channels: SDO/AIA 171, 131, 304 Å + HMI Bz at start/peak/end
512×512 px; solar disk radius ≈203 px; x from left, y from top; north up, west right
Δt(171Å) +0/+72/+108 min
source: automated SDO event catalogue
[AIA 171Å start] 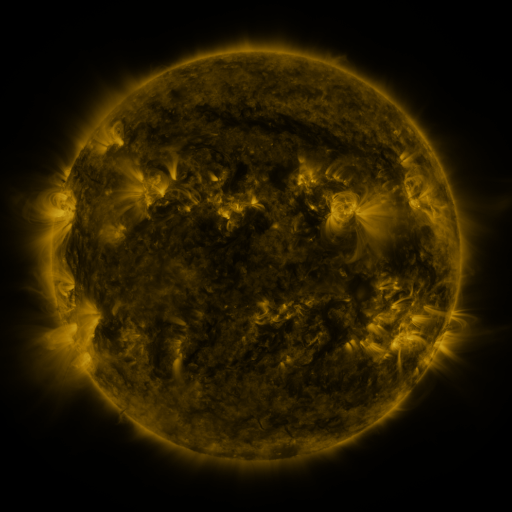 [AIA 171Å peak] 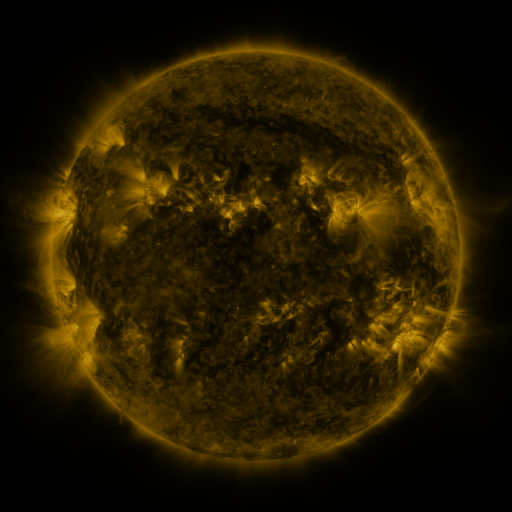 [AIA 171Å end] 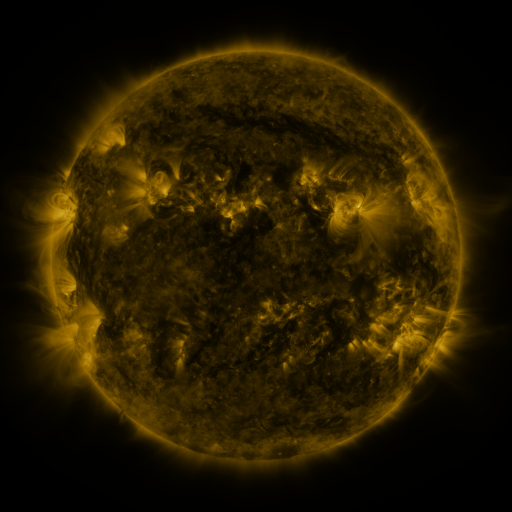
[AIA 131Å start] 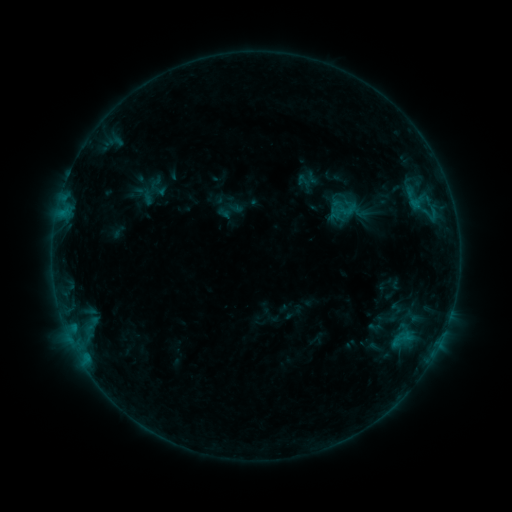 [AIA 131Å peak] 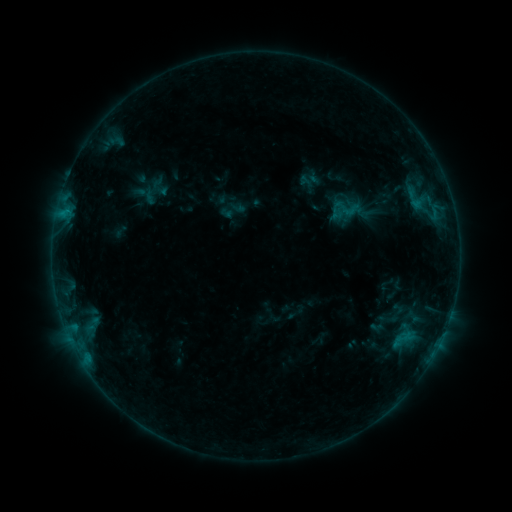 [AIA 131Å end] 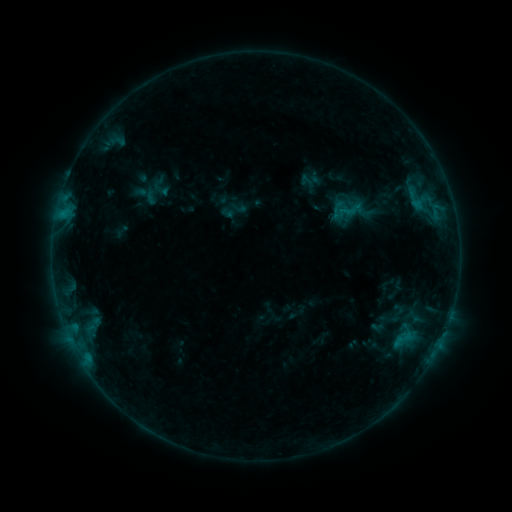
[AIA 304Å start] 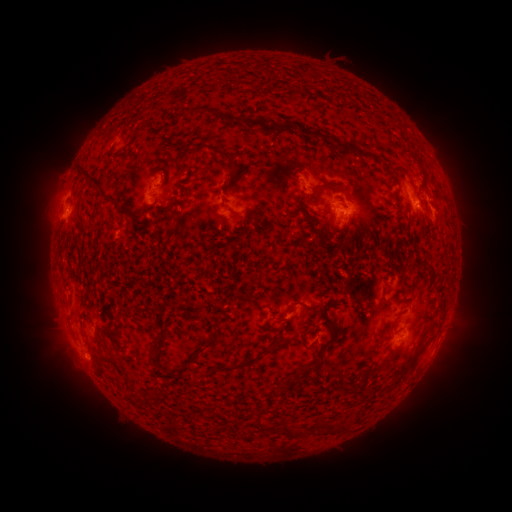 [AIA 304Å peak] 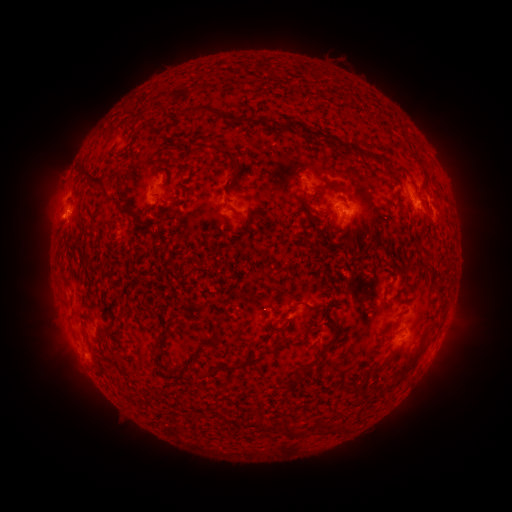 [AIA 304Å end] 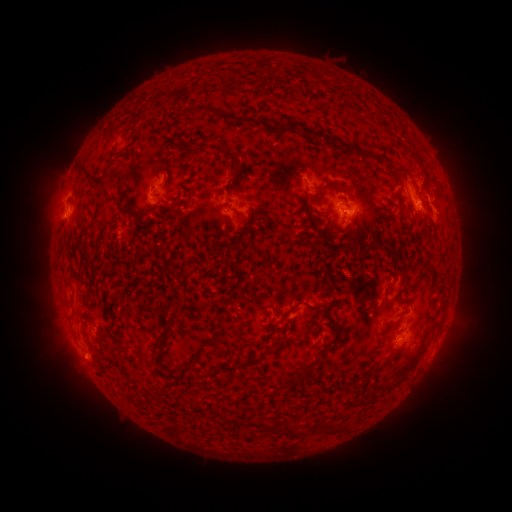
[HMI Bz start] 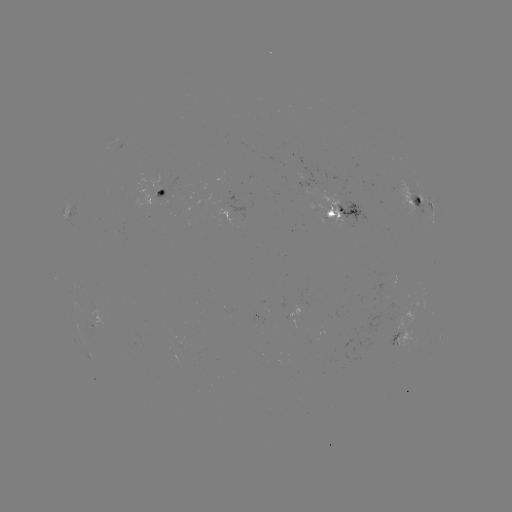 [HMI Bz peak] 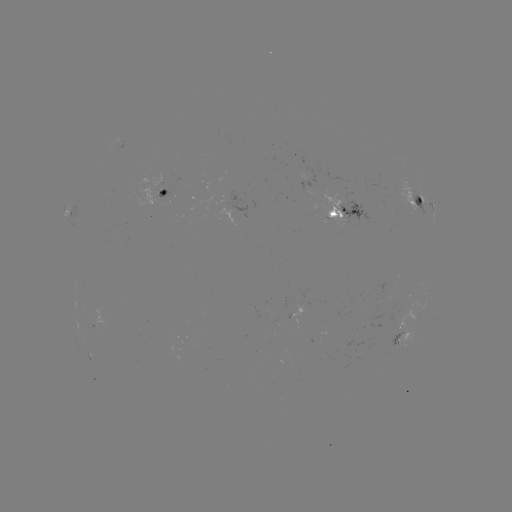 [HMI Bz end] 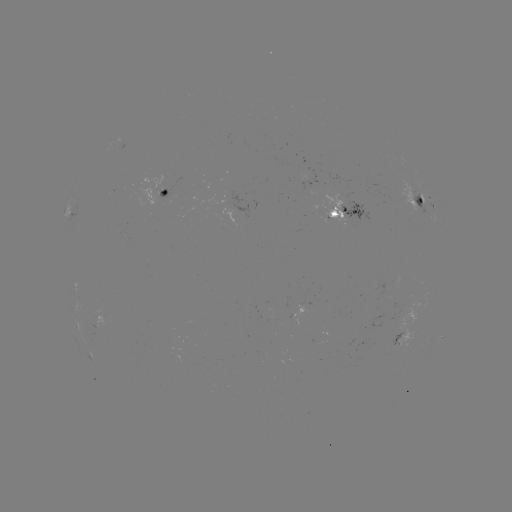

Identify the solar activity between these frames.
emerging-flux region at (306, 193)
